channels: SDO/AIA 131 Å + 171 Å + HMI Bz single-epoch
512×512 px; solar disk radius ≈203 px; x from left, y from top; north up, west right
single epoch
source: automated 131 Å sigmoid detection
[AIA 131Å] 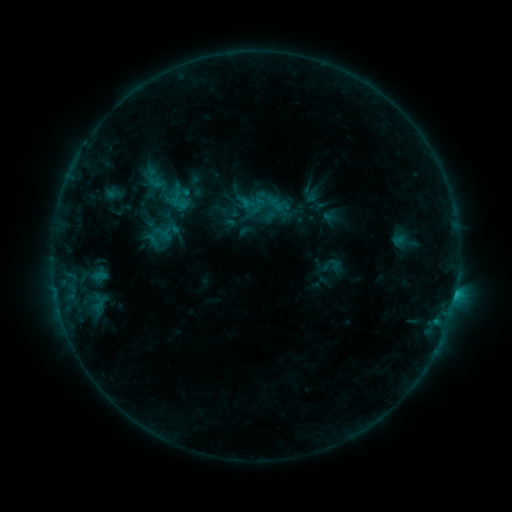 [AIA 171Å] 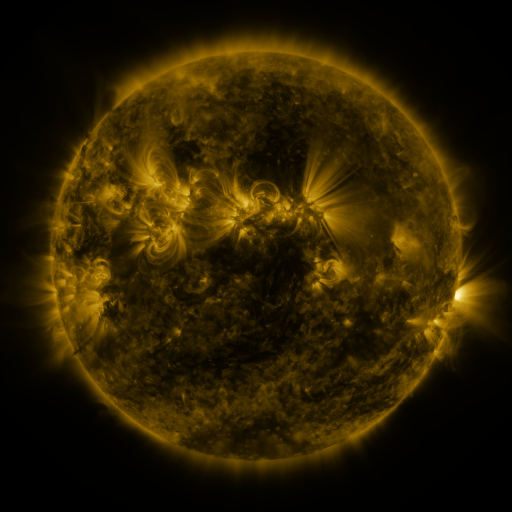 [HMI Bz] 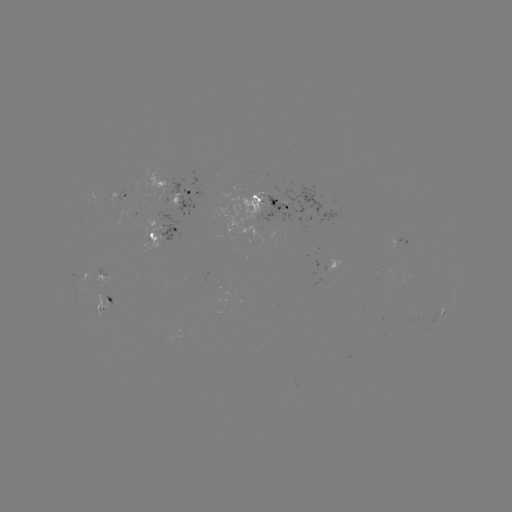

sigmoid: <bbox>249, 196, 267, 214</bbox>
